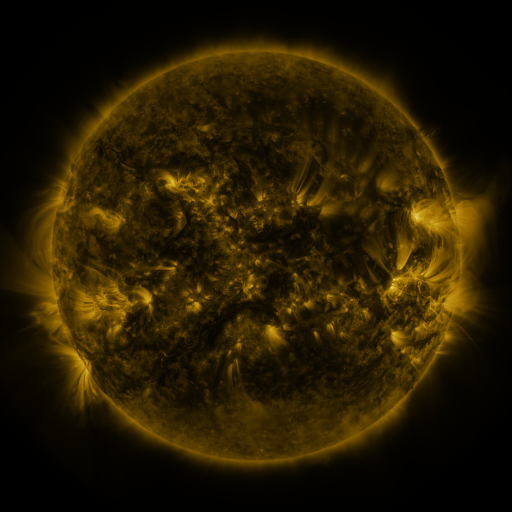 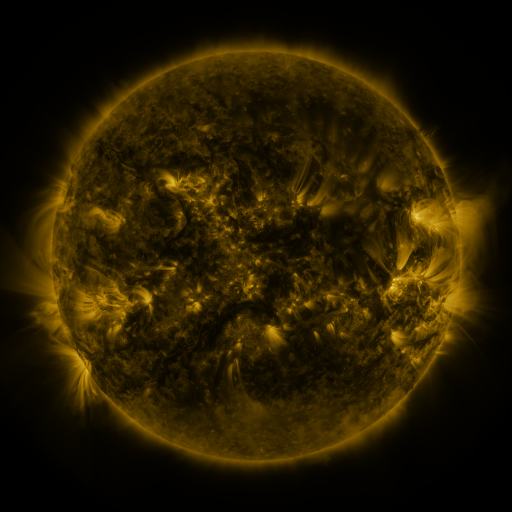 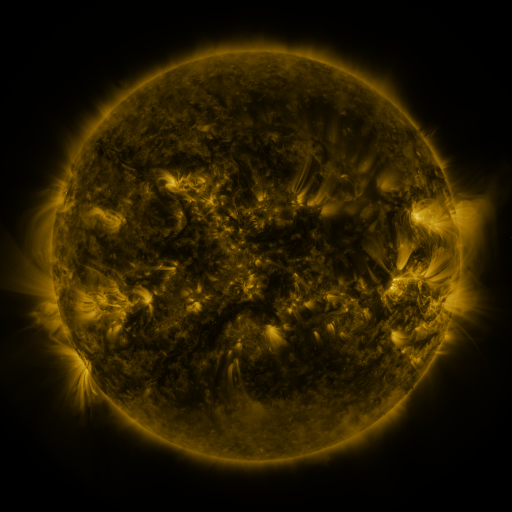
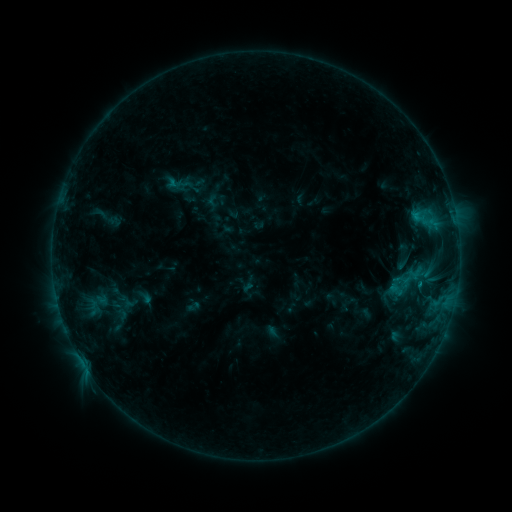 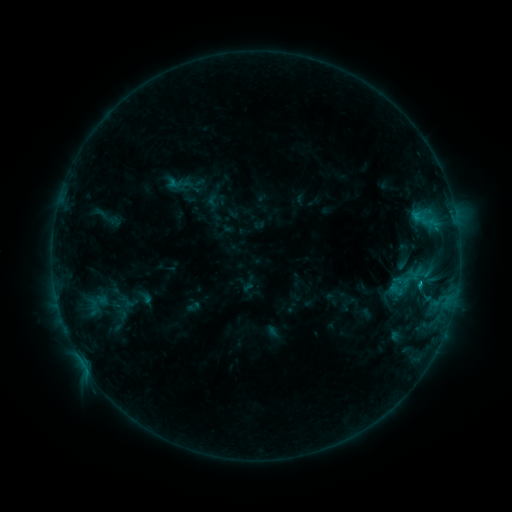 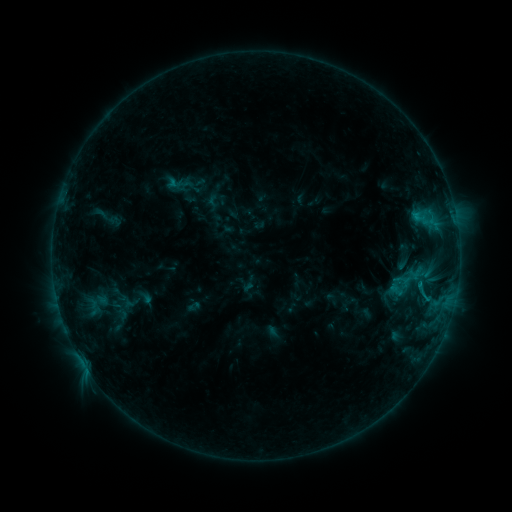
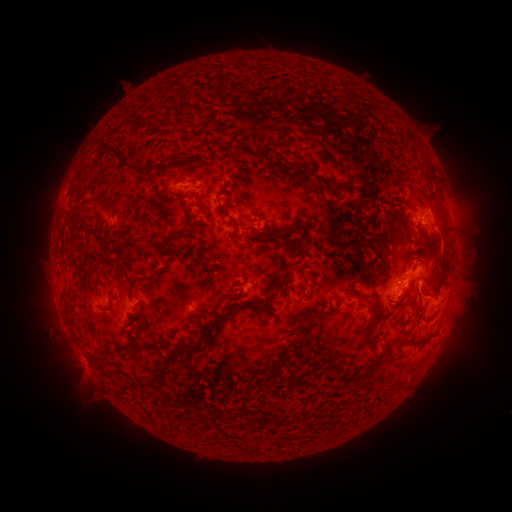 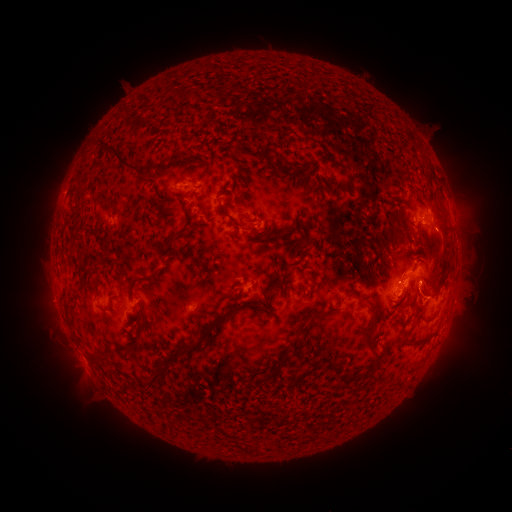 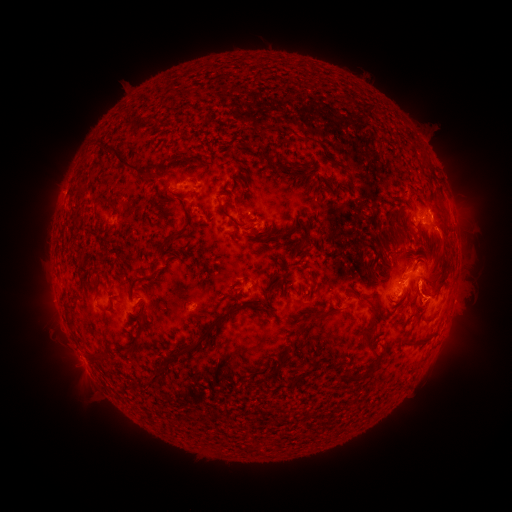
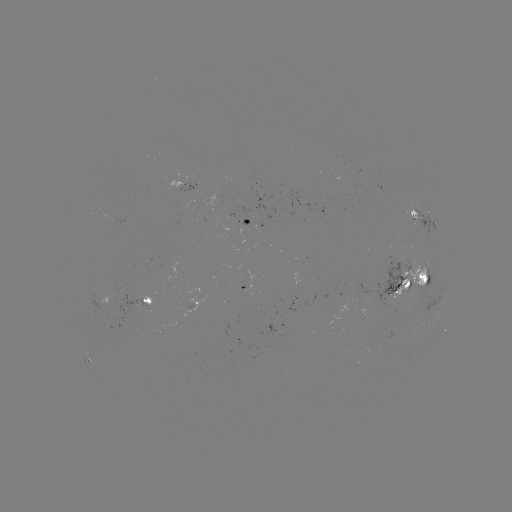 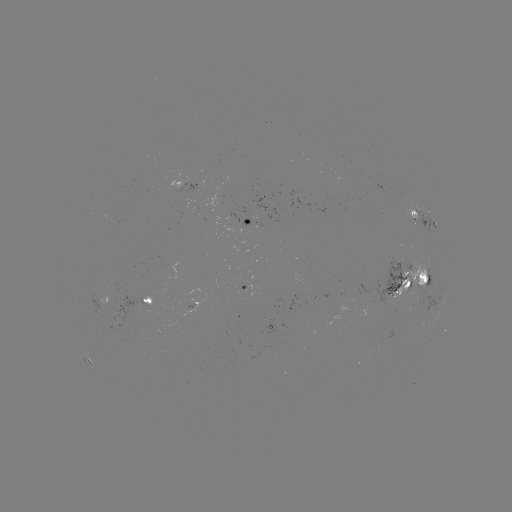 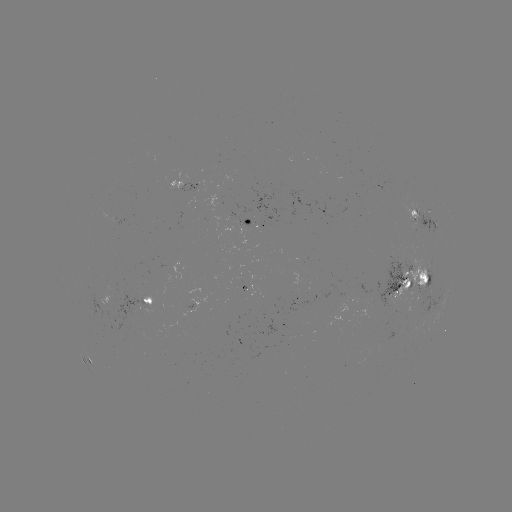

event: flare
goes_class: C1.0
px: (418, 282)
